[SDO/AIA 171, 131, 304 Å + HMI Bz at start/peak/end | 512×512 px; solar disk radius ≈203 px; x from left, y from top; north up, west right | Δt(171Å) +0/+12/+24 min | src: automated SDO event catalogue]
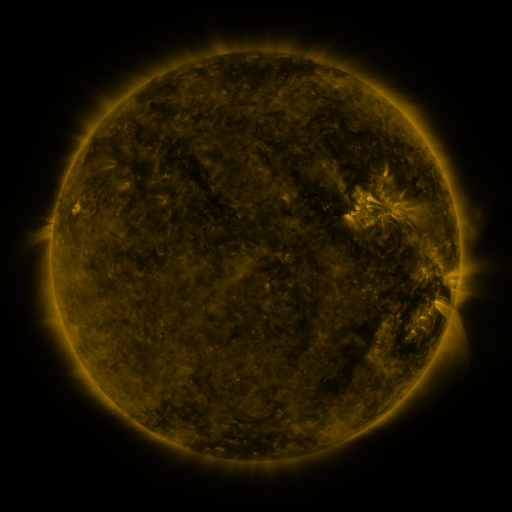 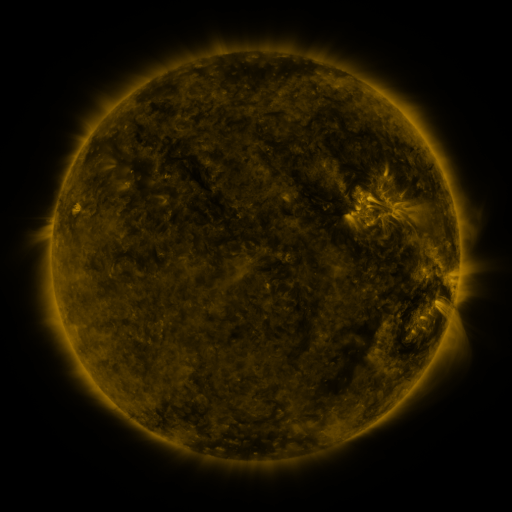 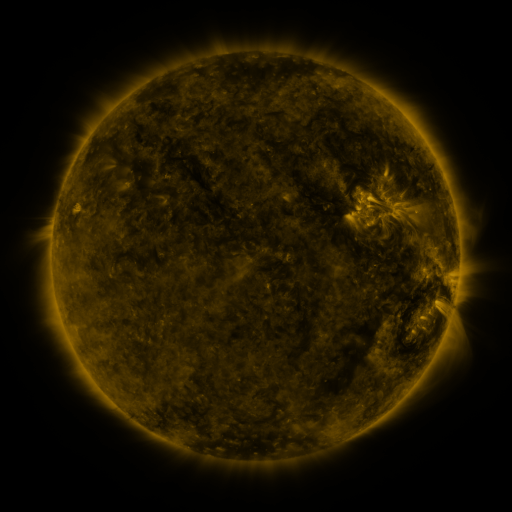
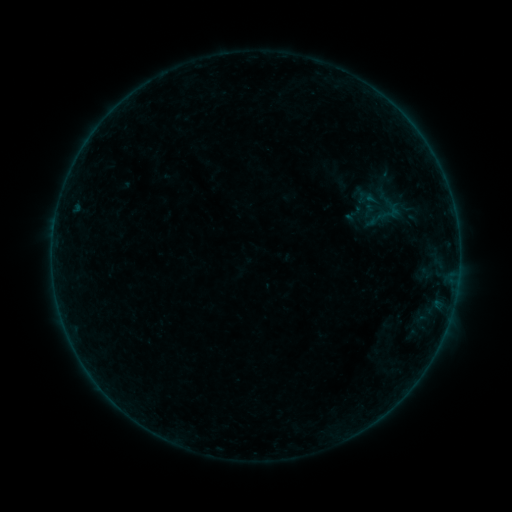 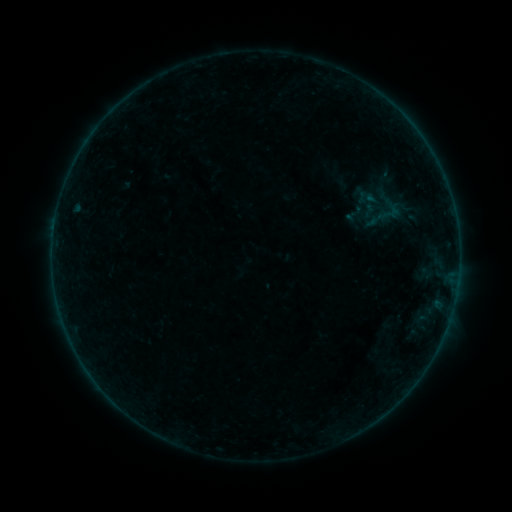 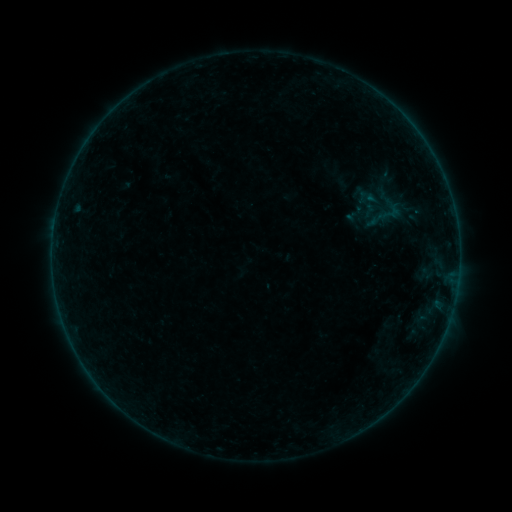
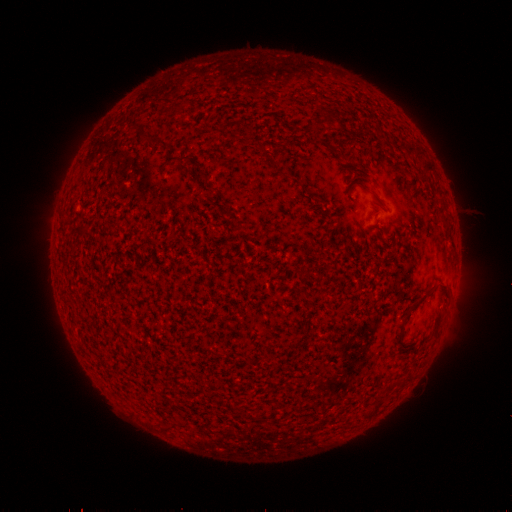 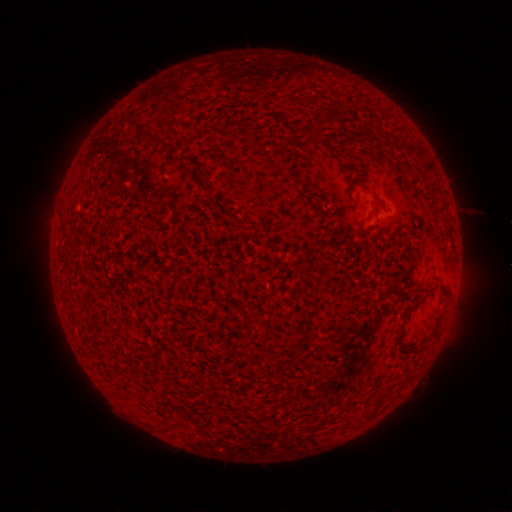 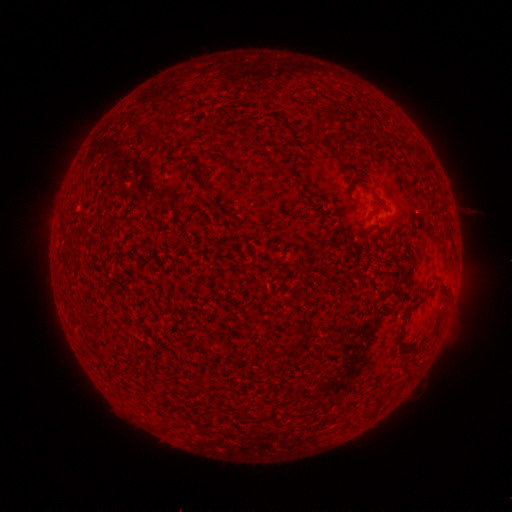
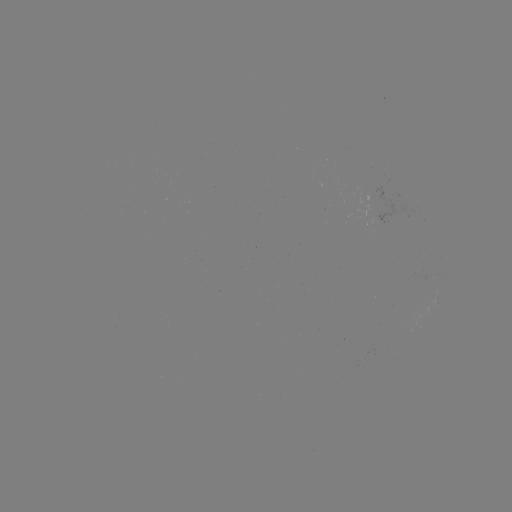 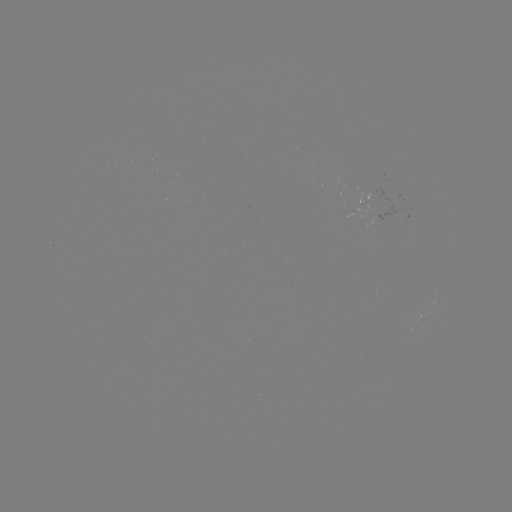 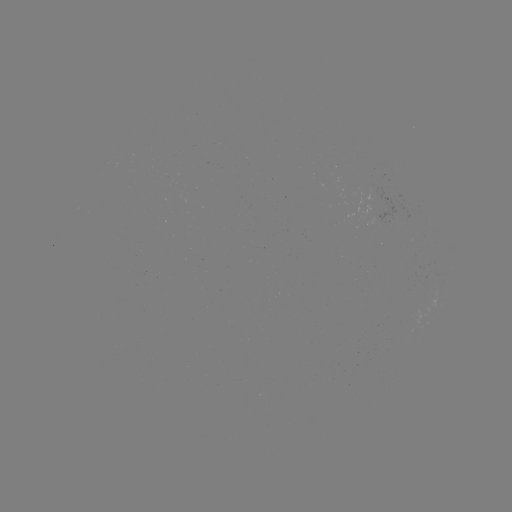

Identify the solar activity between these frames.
no flare in any classed list; no EUV-trigger detection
